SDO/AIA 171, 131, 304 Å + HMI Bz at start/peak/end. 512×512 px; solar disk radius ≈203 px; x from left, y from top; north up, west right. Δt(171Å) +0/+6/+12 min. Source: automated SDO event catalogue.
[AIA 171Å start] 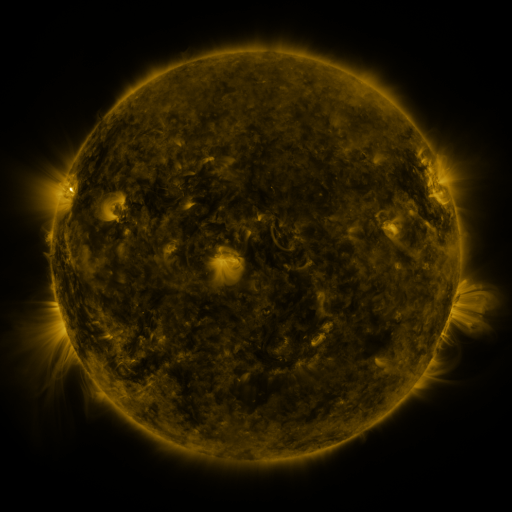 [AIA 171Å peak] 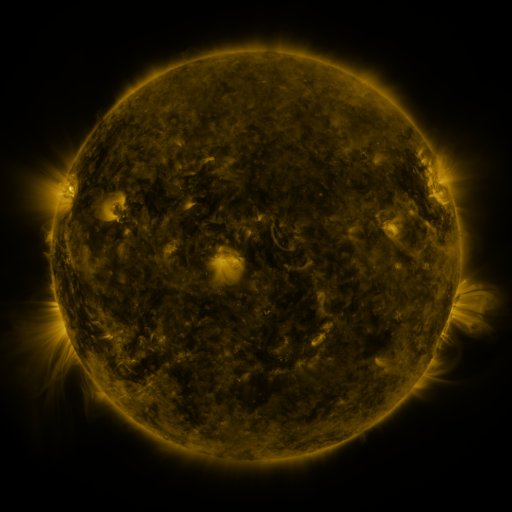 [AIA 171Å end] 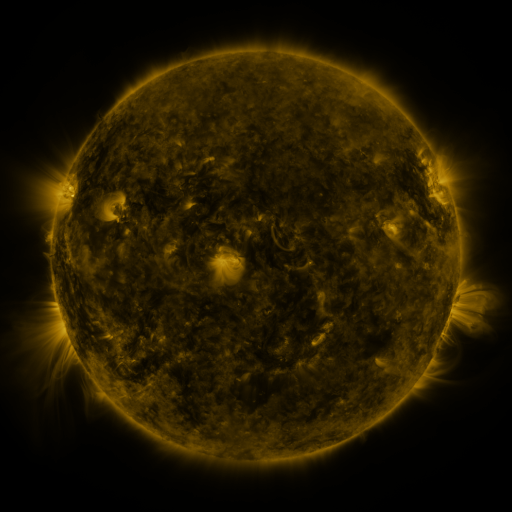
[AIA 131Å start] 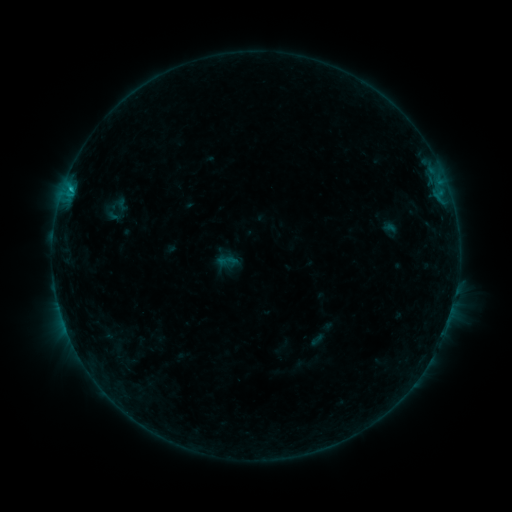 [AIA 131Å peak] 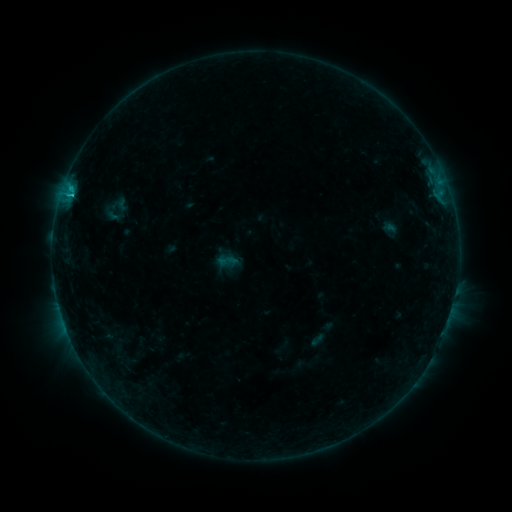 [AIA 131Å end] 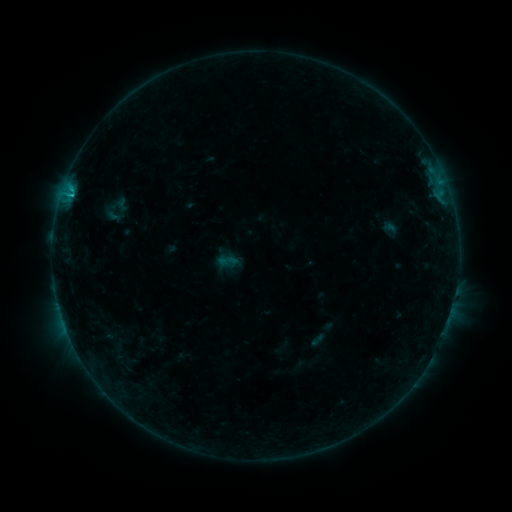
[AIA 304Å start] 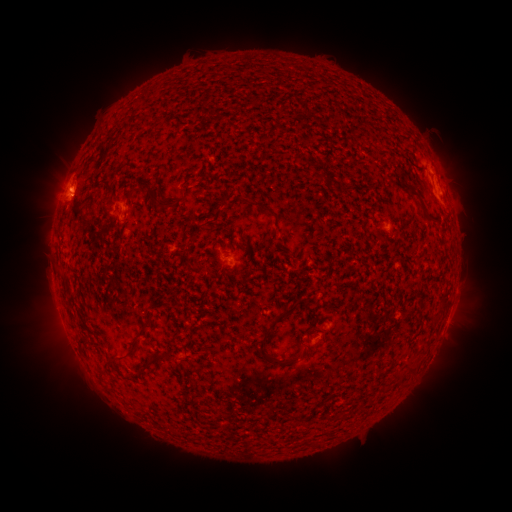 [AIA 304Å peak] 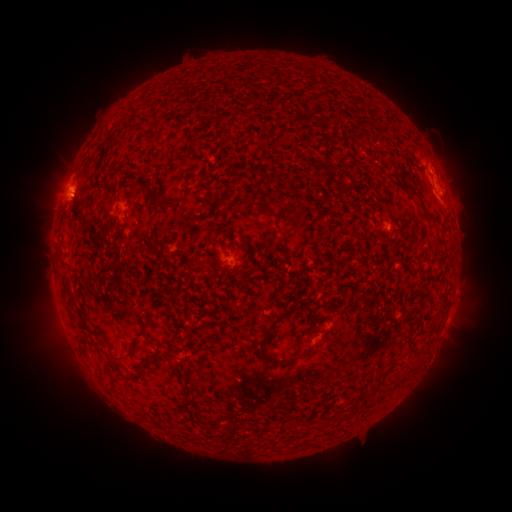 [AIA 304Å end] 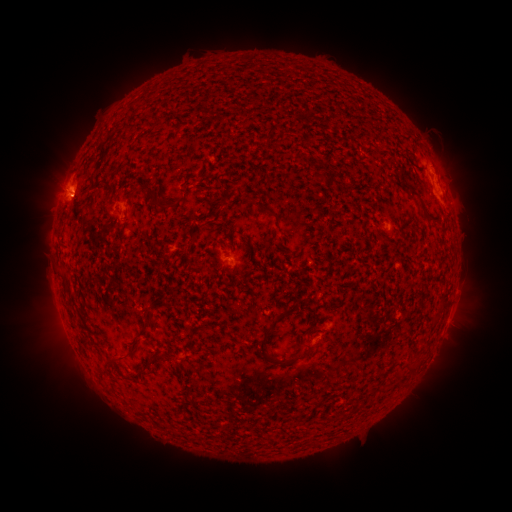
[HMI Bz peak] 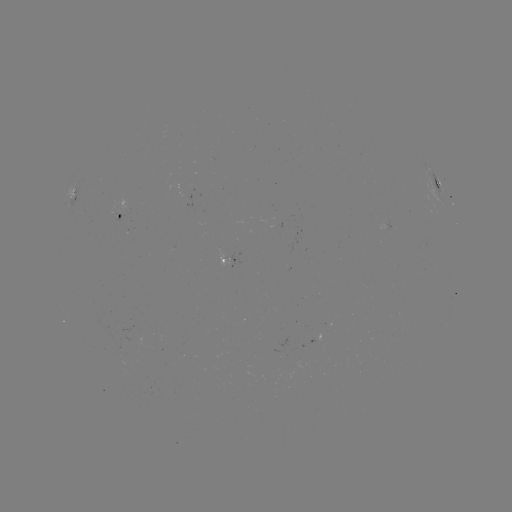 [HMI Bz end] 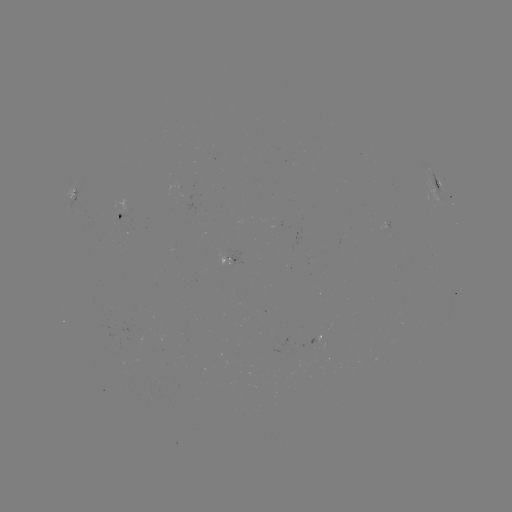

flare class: B8.7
